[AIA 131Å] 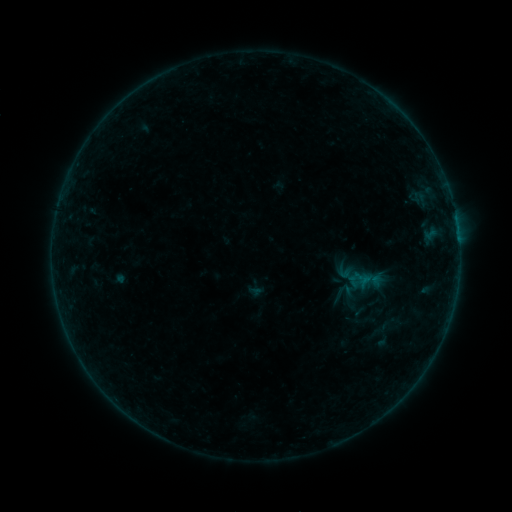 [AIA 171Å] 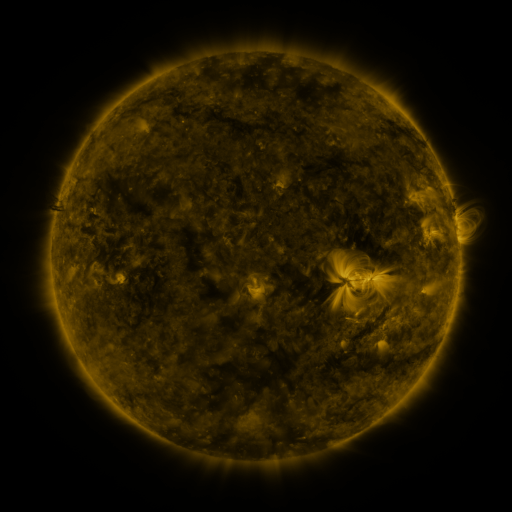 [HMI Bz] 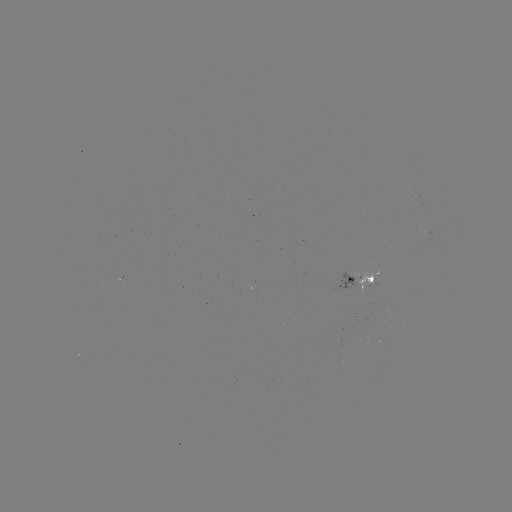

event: sigmoid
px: (343, 292)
